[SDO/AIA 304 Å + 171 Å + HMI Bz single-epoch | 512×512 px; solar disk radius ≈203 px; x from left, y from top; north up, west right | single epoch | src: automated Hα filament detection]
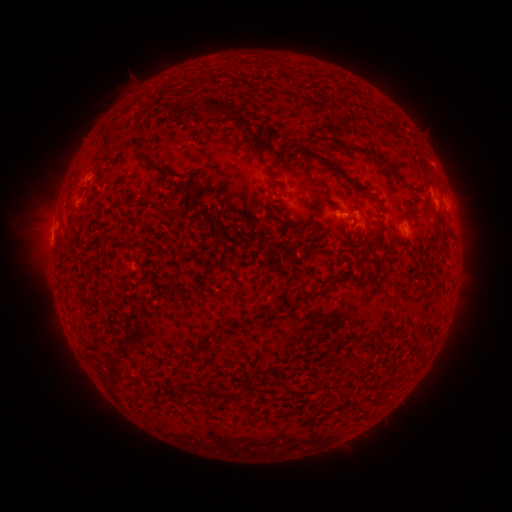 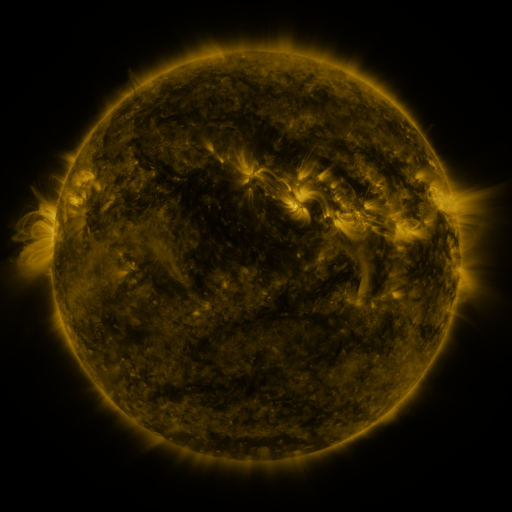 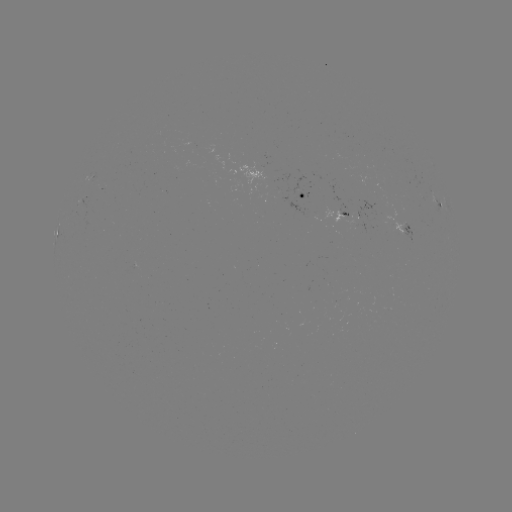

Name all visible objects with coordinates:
filament: [270, 88, 314, 105]
filament: [204, 98, 238, 121]
filament: [173, 105, 194, 116]
filament: [233, 116, 243, 131]
filament: [245, 136, 263, 164]
filament: [331, 139, 388, 164]
filament: [136, 149, 172, 177]
filament: [317, 196, 328, 213]
filament: [310, 290, 325, 298]
filament: [93, 318, 105, 344]
filament: [85, 342, 102, 353]
filament: [207, 386, 240, 400]
